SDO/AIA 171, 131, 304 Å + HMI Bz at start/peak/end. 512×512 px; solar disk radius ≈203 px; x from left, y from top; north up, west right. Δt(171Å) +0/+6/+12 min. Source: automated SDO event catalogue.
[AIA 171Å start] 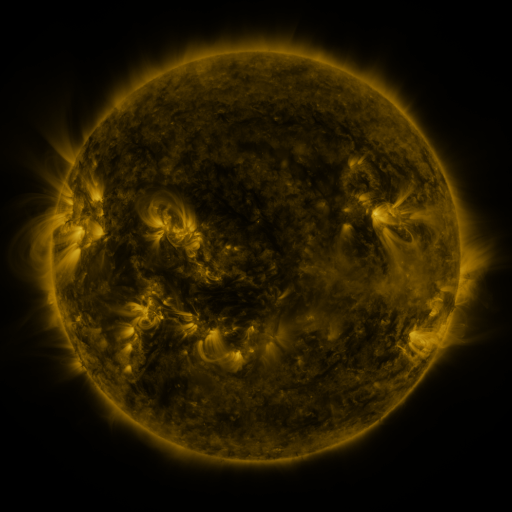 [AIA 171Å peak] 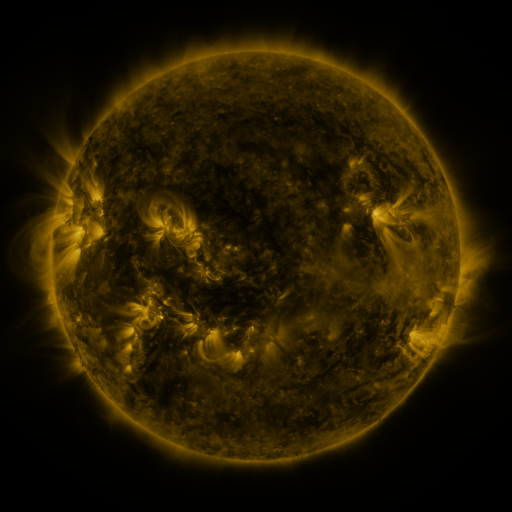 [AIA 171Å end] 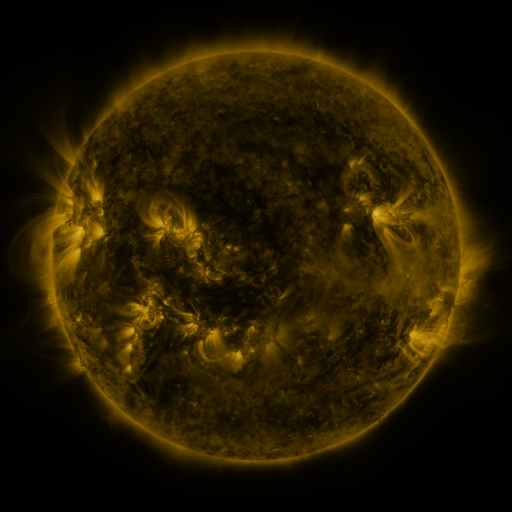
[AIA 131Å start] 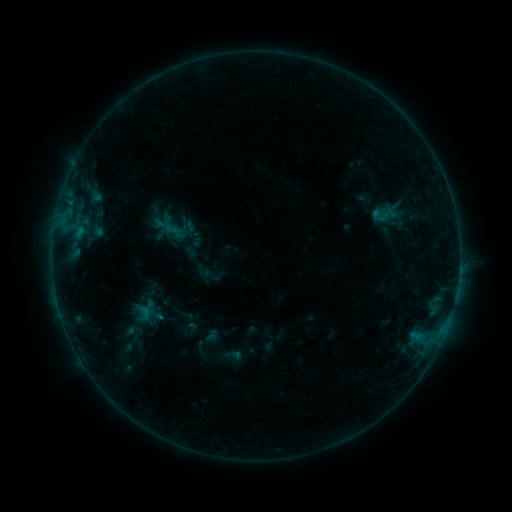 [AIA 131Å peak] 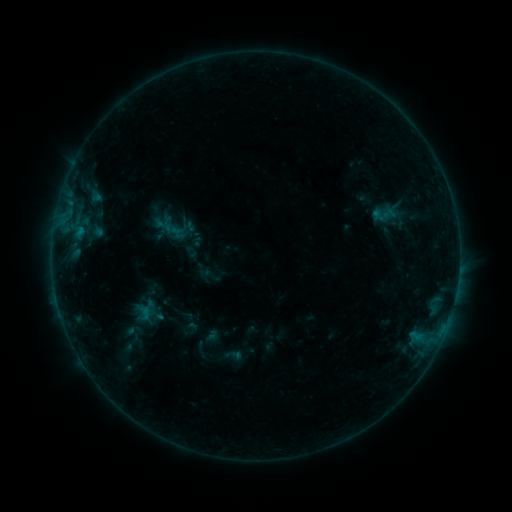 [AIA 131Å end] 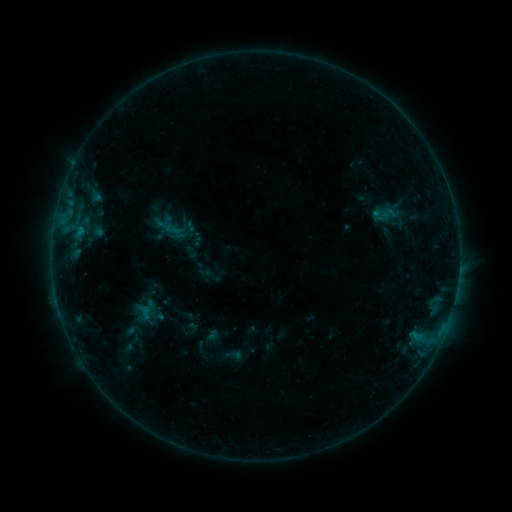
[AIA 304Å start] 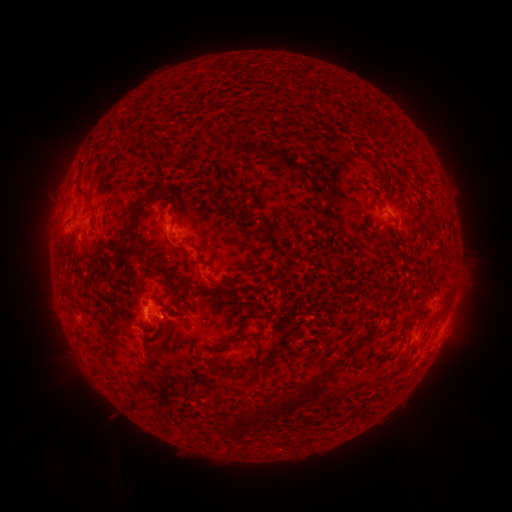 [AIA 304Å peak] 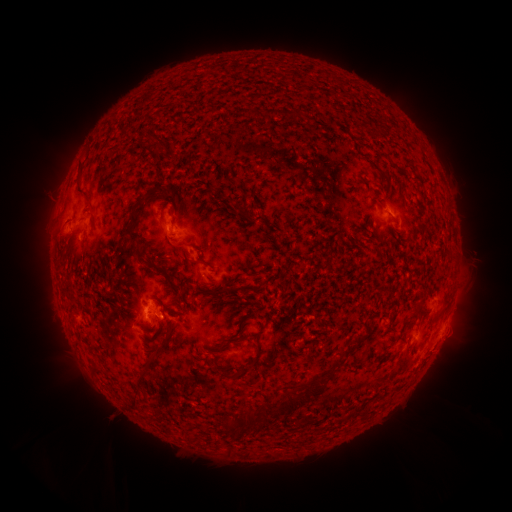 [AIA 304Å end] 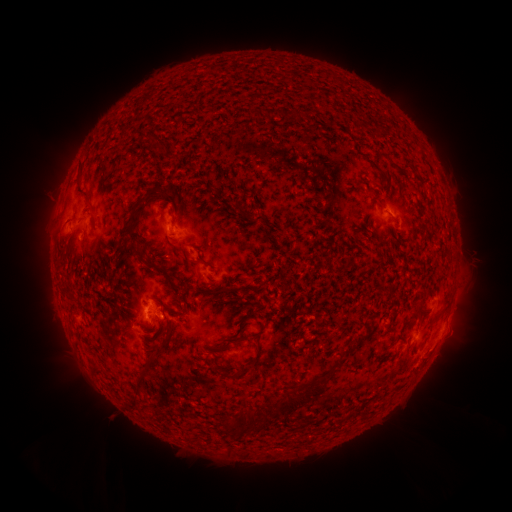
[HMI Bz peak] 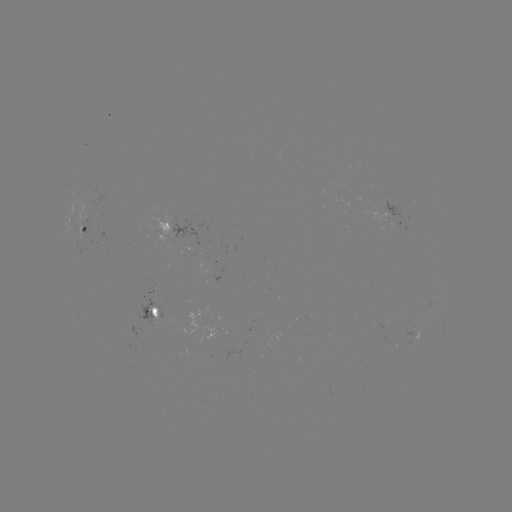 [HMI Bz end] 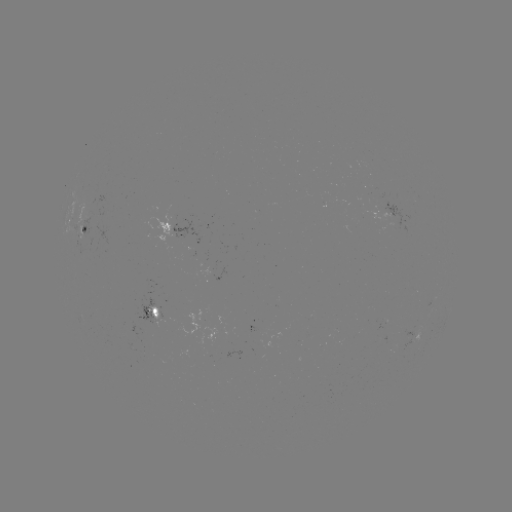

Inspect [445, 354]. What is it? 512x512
eruption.